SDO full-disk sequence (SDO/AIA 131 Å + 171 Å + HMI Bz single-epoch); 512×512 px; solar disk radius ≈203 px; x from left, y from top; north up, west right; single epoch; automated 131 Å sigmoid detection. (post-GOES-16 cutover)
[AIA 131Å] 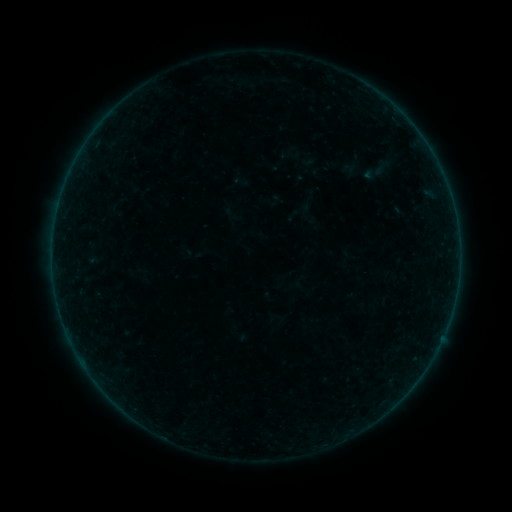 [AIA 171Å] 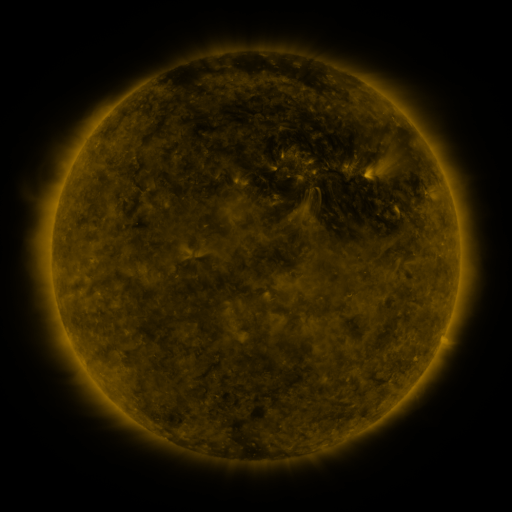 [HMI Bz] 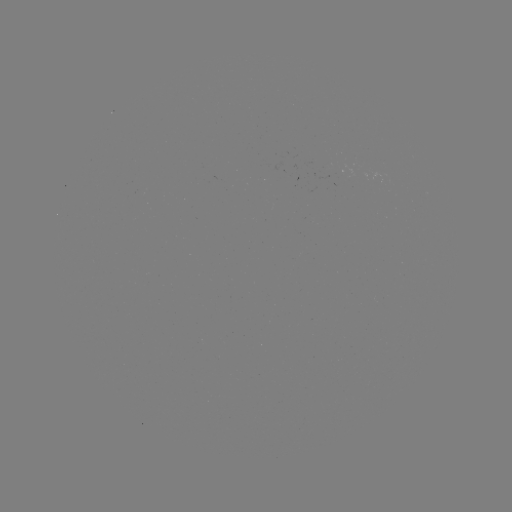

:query sigmoid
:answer [382, 168]